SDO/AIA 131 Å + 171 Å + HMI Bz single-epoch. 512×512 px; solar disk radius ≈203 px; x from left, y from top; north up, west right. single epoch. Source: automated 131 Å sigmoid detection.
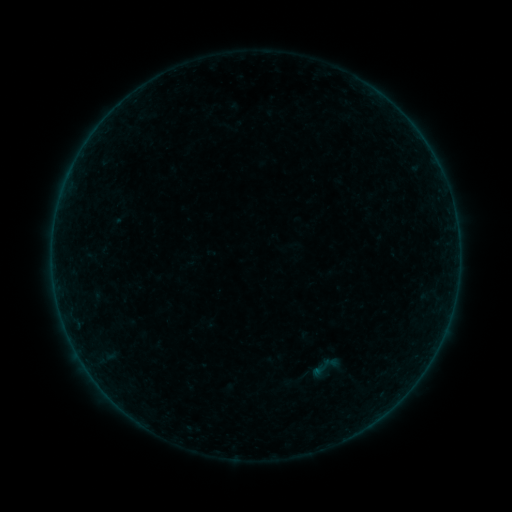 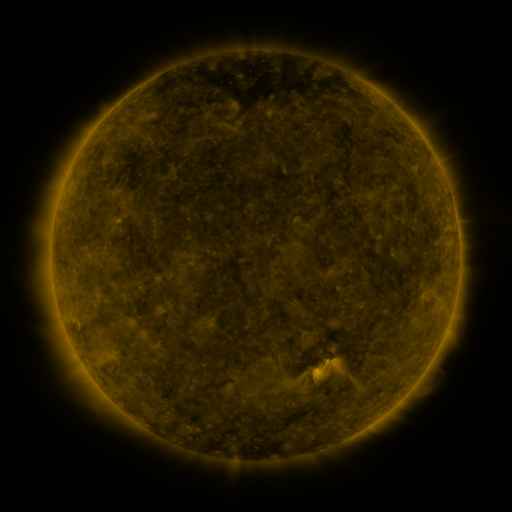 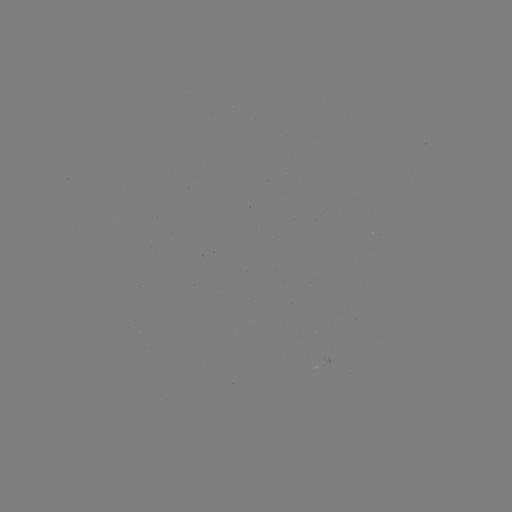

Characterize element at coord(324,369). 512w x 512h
sigmoid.